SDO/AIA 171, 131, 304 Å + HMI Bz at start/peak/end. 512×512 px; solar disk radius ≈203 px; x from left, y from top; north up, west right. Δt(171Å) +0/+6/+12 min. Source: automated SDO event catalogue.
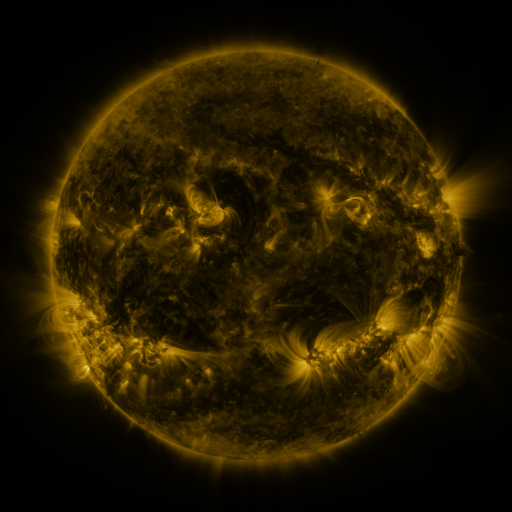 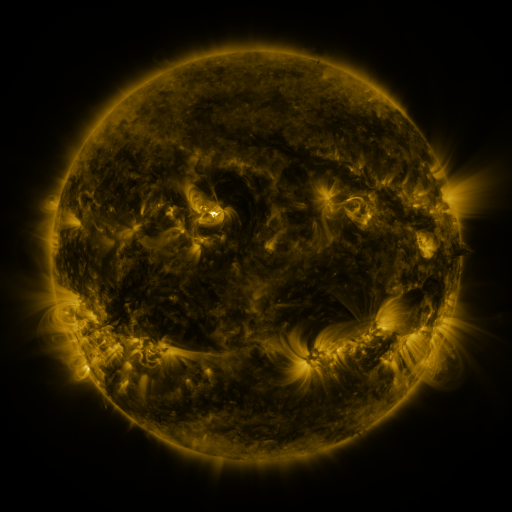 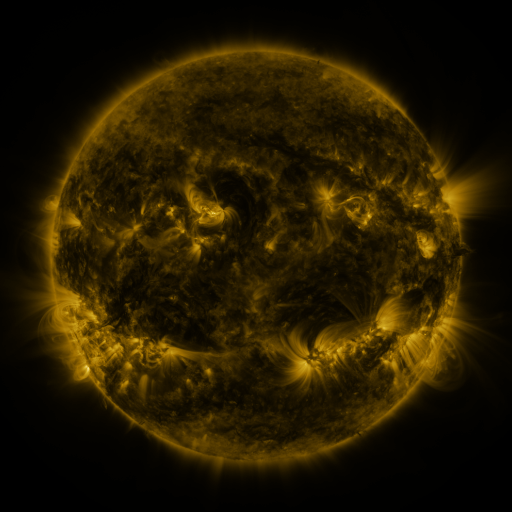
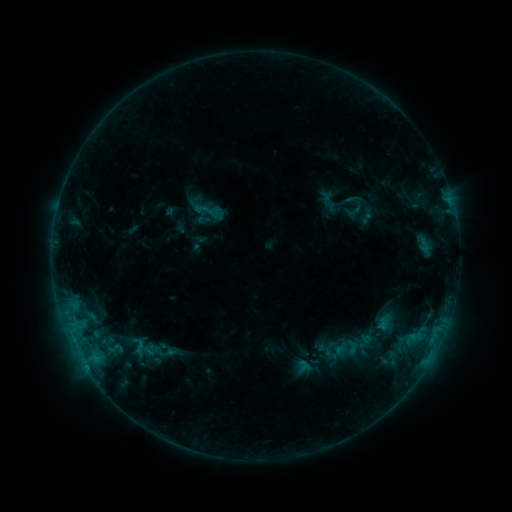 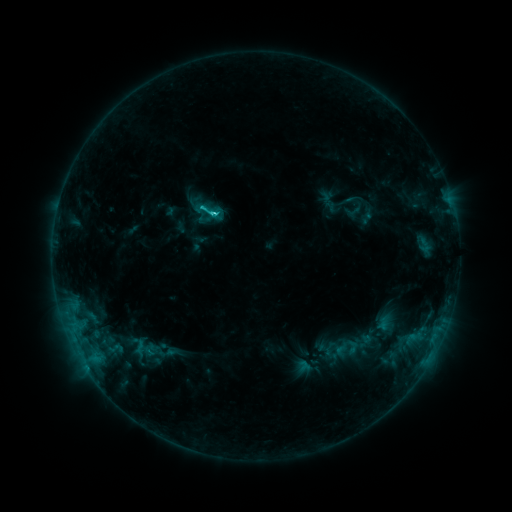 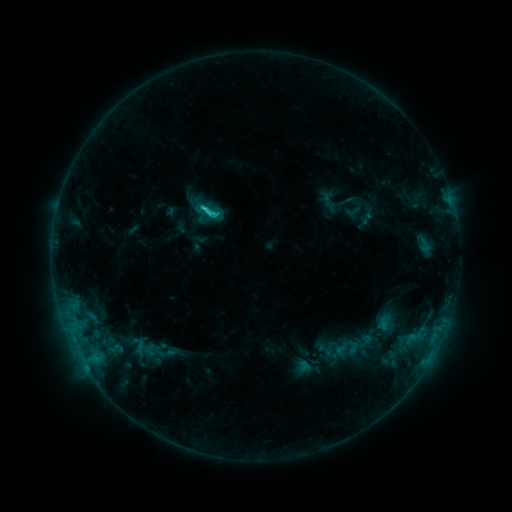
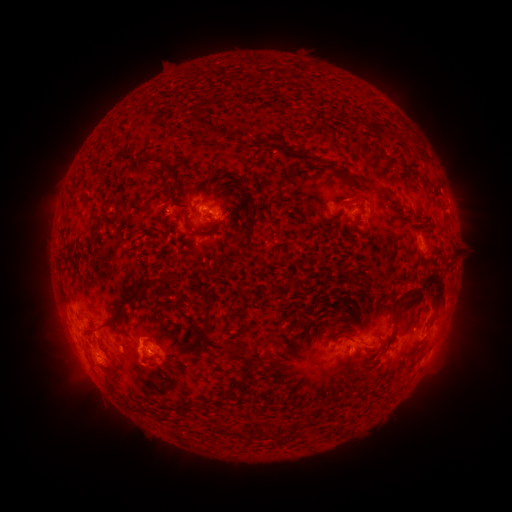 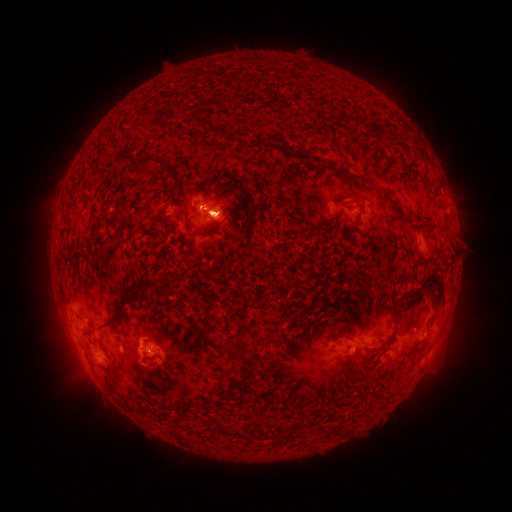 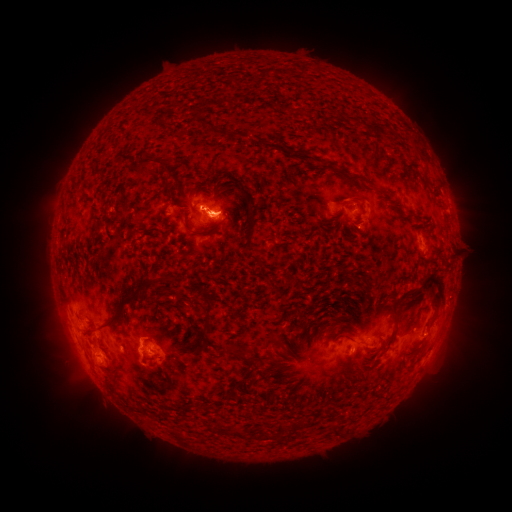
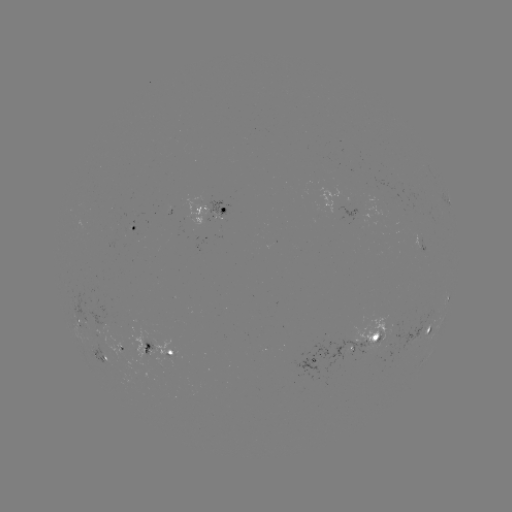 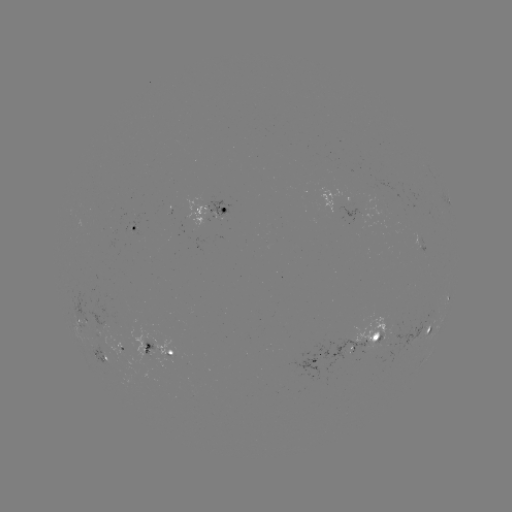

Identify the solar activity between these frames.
C3.0 flare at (215, 216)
